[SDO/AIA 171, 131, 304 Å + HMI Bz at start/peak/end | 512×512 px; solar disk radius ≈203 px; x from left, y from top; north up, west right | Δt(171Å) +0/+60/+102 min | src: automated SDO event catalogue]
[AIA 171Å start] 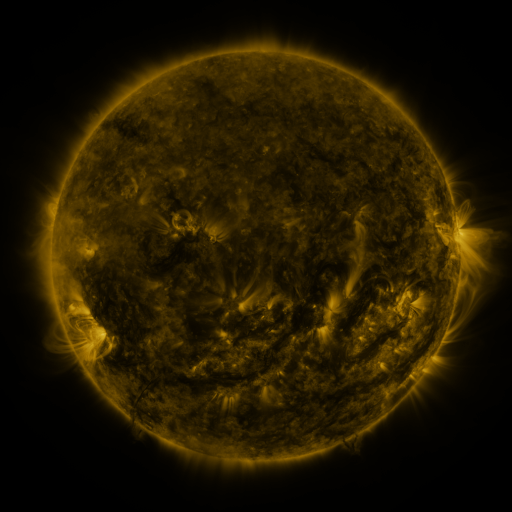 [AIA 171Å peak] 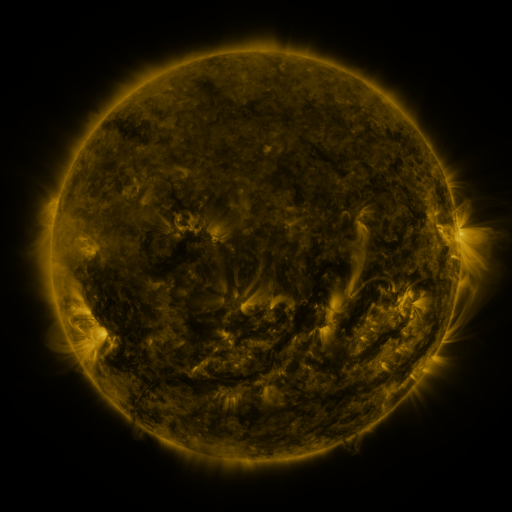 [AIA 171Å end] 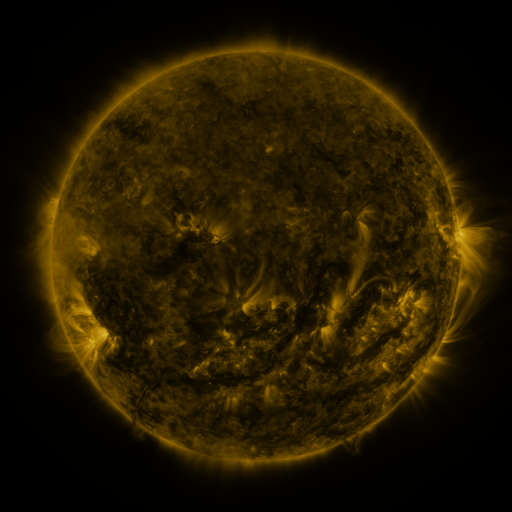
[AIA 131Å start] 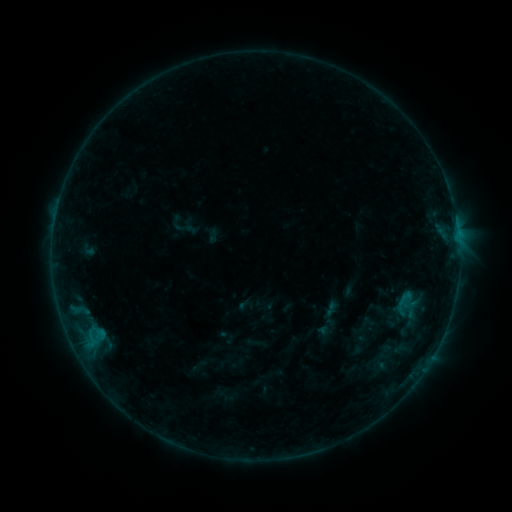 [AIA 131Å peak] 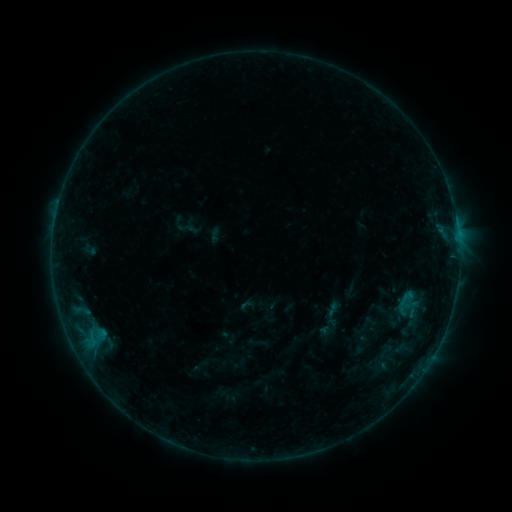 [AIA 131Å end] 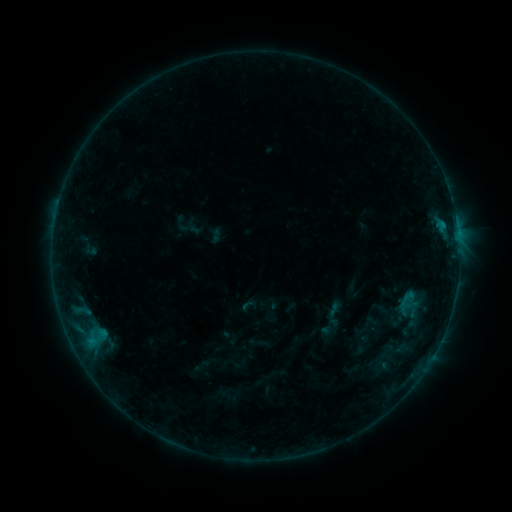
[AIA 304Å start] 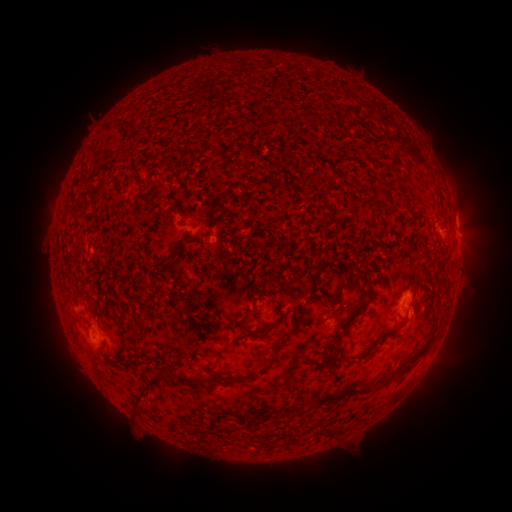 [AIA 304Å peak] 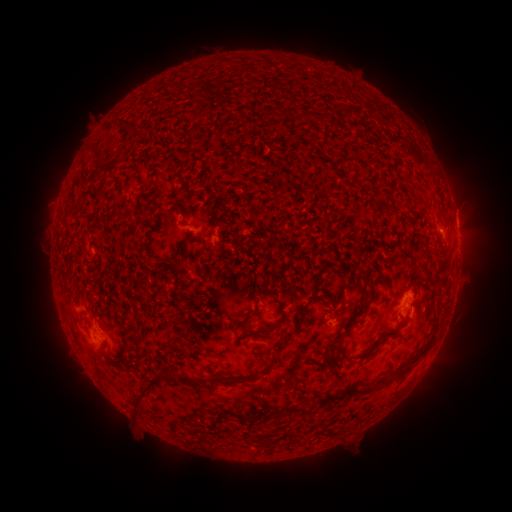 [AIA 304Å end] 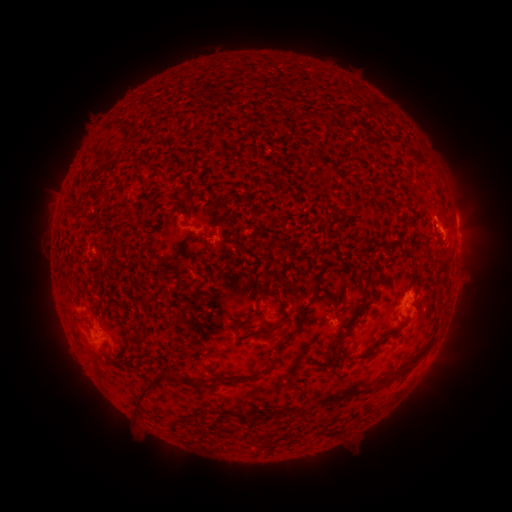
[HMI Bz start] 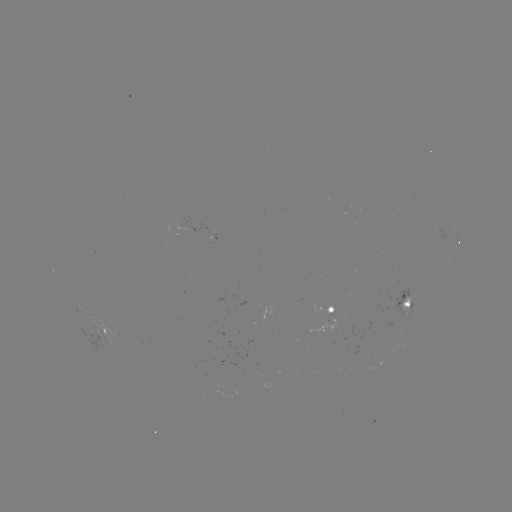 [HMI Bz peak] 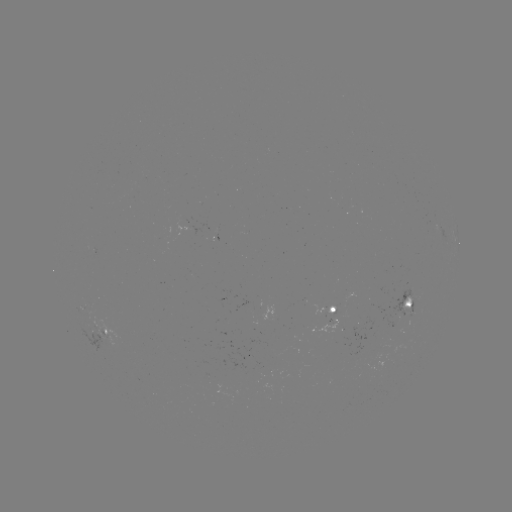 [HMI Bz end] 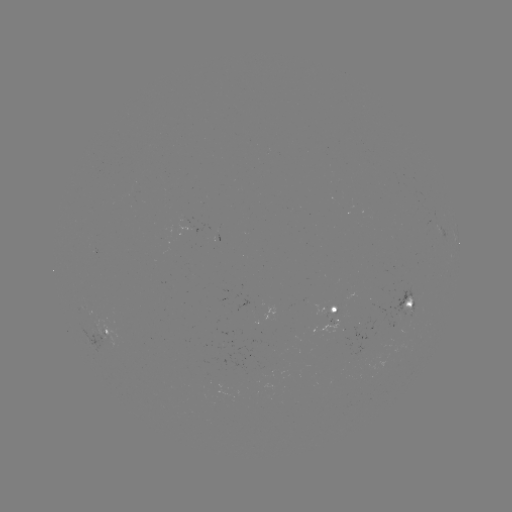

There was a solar emerging-flux region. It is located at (407, 322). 